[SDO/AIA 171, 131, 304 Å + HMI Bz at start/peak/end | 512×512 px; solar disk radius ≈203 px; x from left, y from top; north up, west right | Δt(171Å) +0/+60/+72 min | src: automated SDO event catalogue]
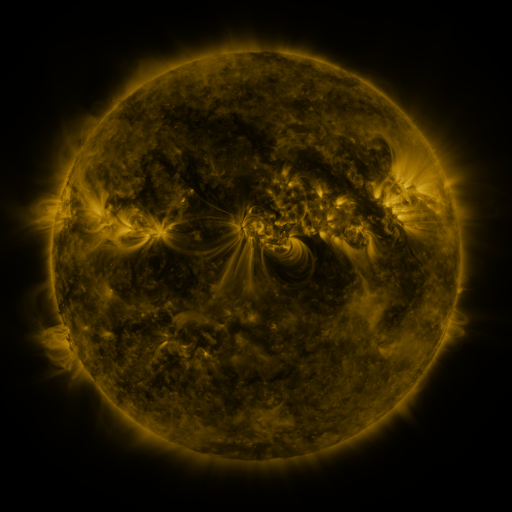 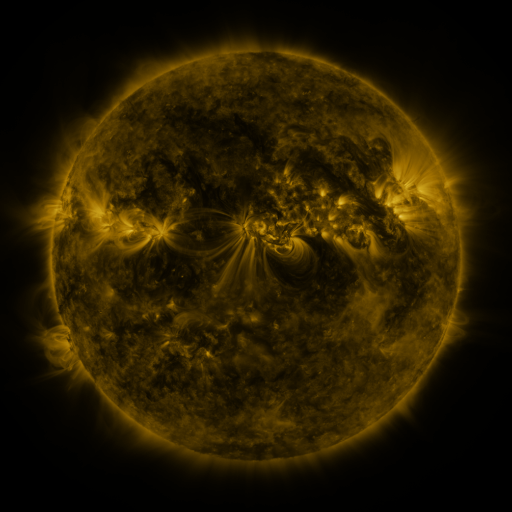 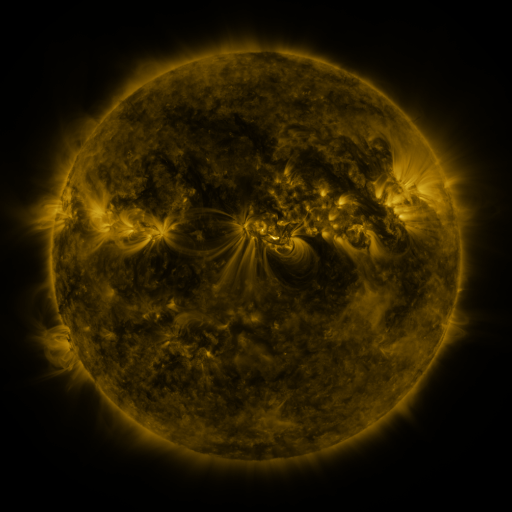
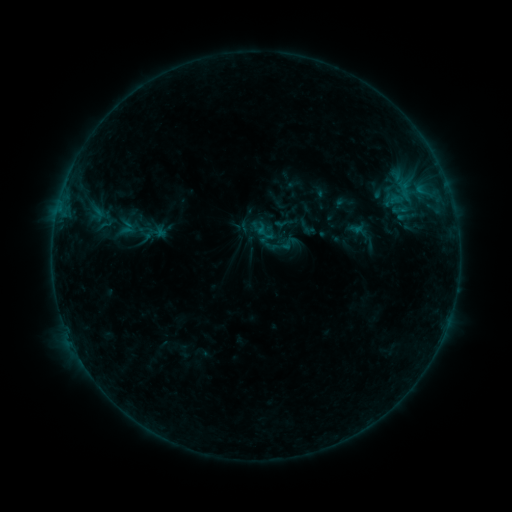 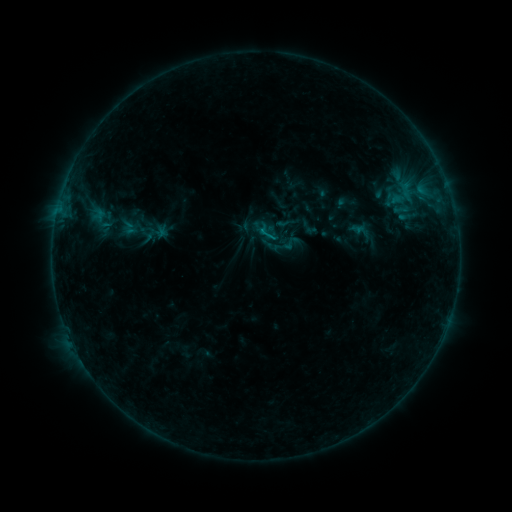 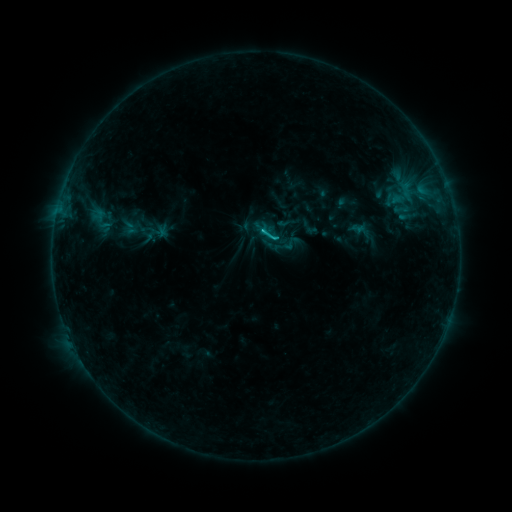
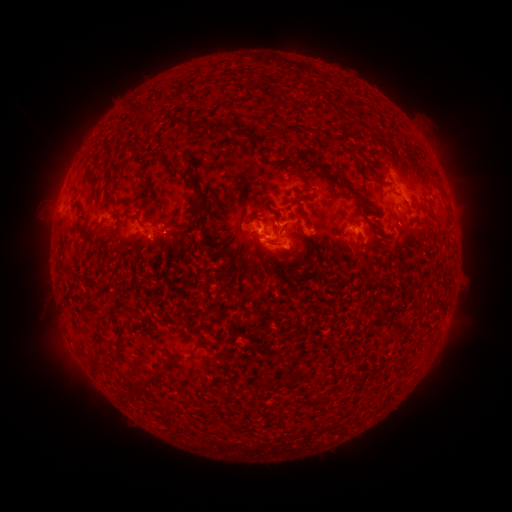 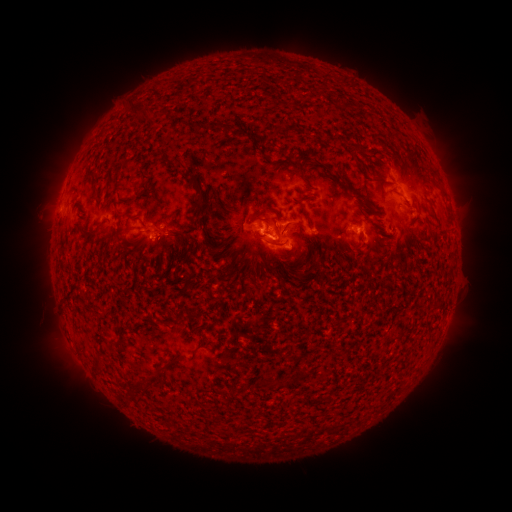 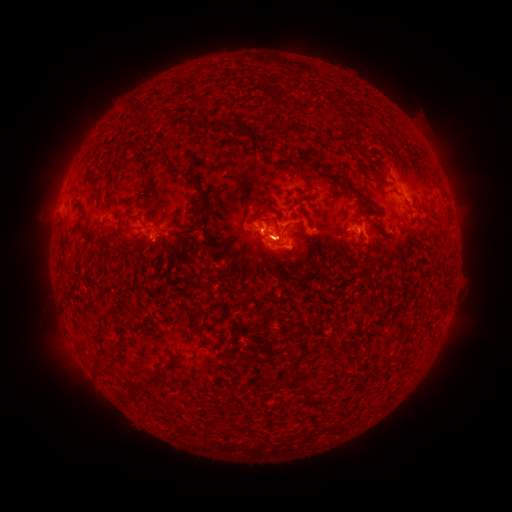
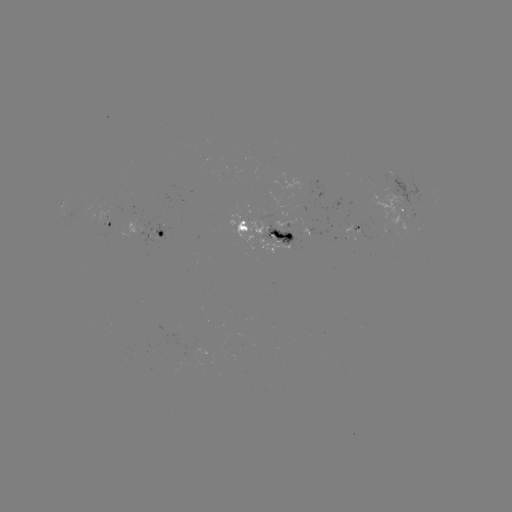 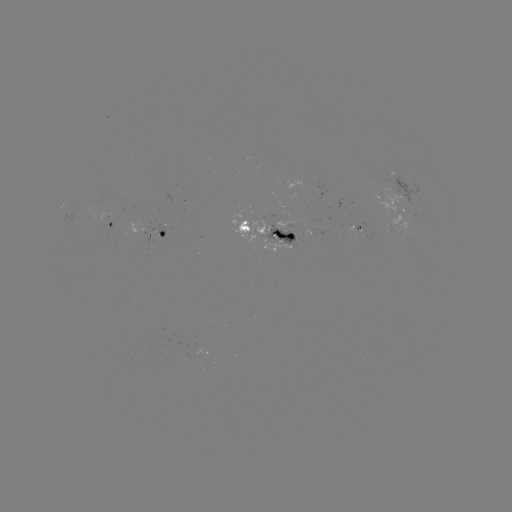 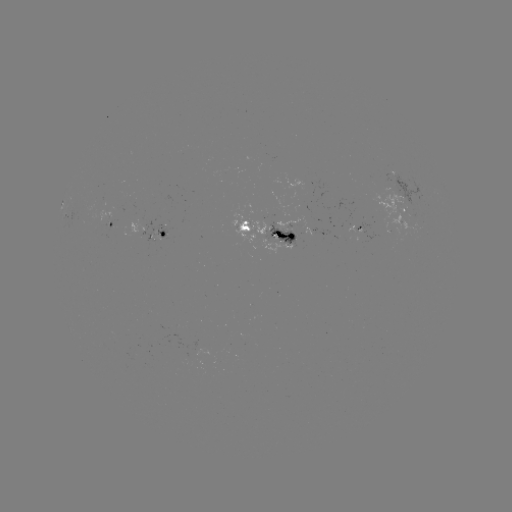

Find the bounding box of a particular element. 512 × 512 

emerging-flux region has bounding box [106, 219, 116, 232].